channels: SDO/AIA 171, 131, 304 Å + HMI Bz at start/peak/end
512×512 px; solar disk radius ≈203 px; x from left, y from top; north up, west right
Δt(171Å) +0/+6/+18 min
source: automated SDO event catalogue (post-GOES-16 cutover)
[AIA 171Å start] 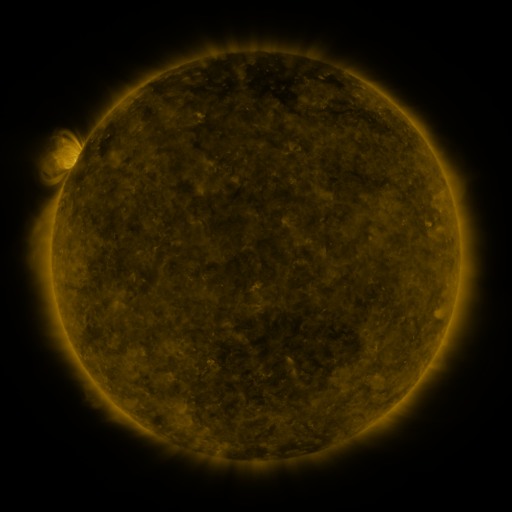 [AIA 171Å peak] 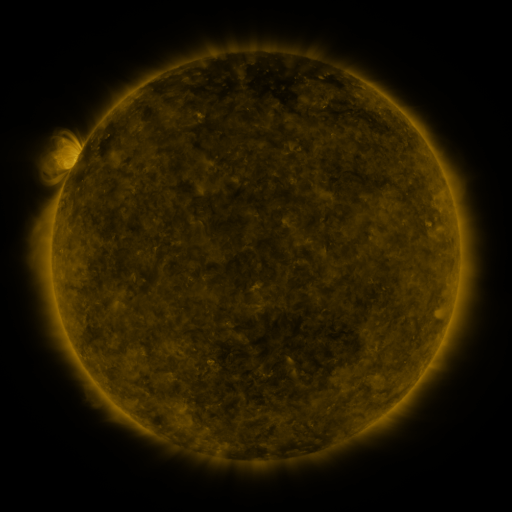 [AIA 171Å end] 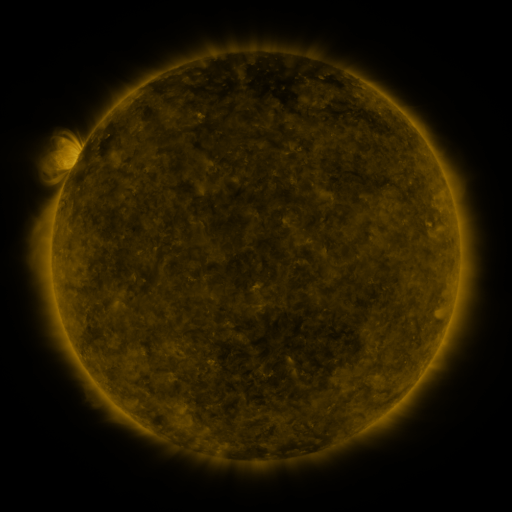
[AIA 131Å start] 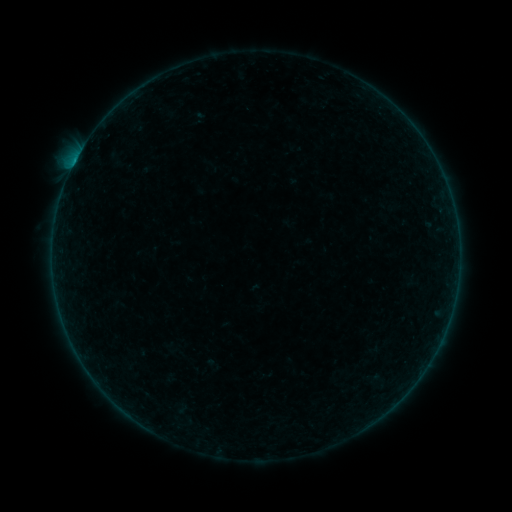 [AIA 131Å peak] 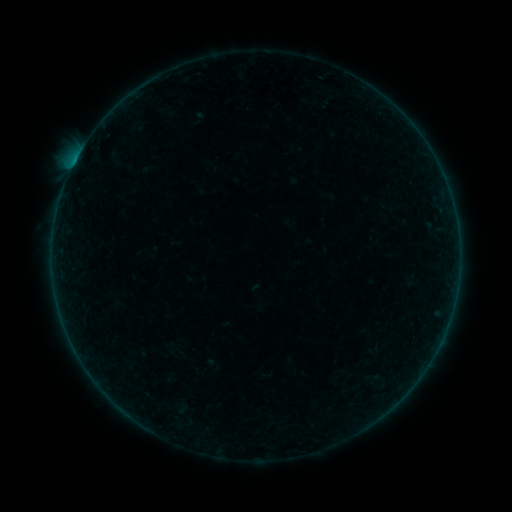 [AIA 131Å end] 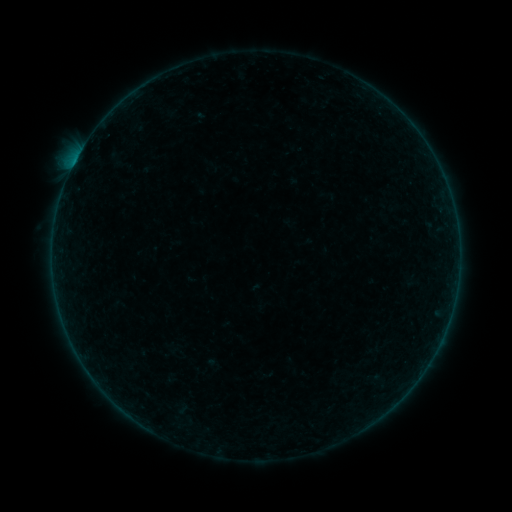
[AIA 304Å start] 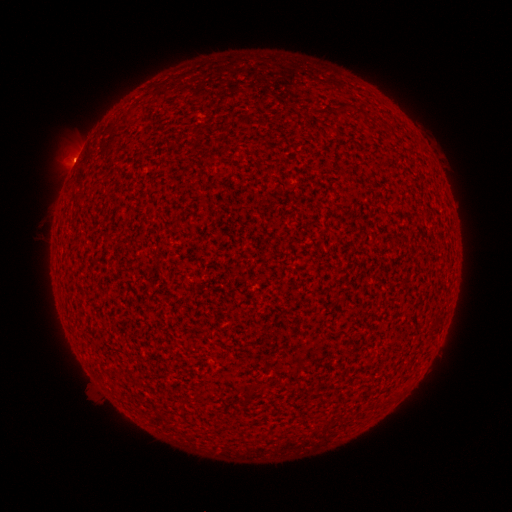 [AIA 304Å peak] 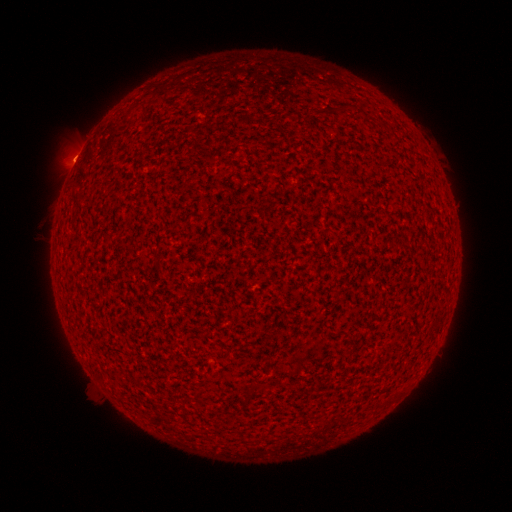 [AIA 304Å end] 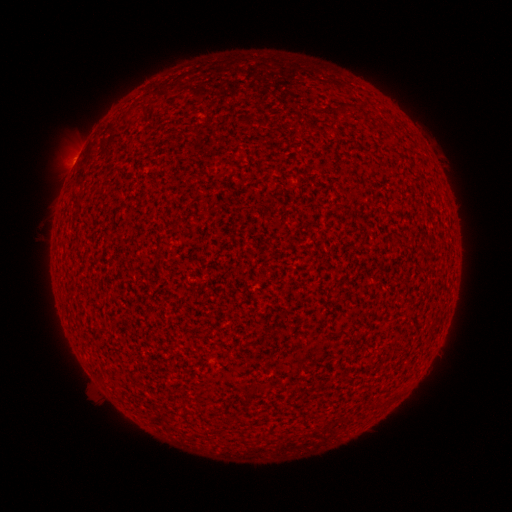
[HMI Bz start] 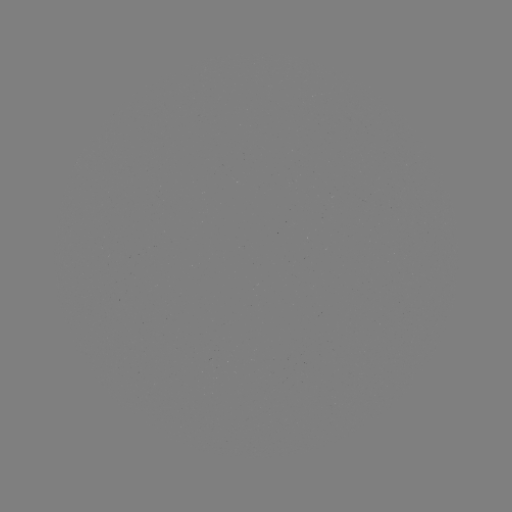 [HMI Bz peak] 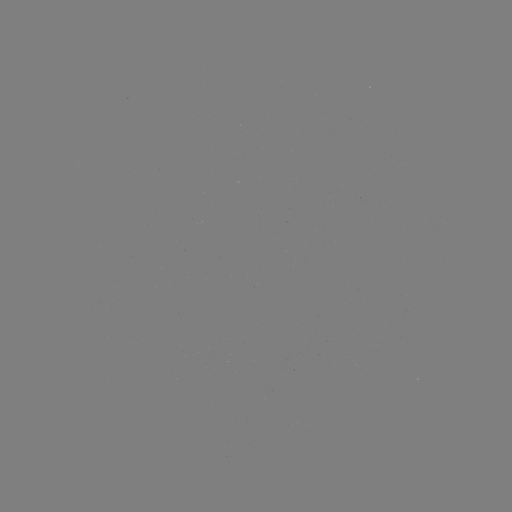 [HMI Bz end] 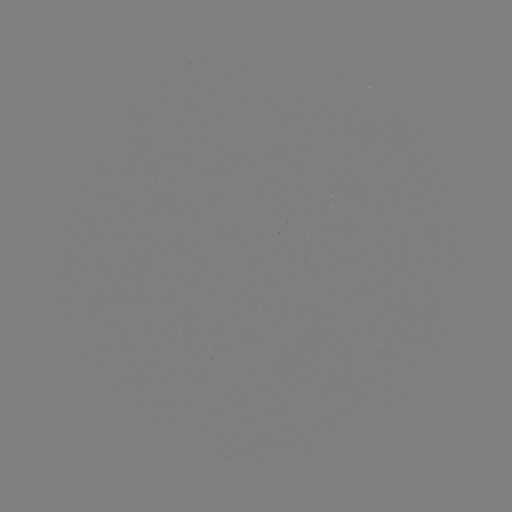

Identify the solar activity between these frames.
B1.1 flare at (74, 164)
